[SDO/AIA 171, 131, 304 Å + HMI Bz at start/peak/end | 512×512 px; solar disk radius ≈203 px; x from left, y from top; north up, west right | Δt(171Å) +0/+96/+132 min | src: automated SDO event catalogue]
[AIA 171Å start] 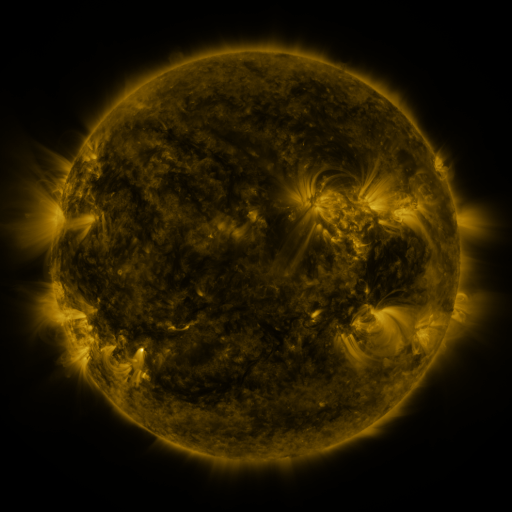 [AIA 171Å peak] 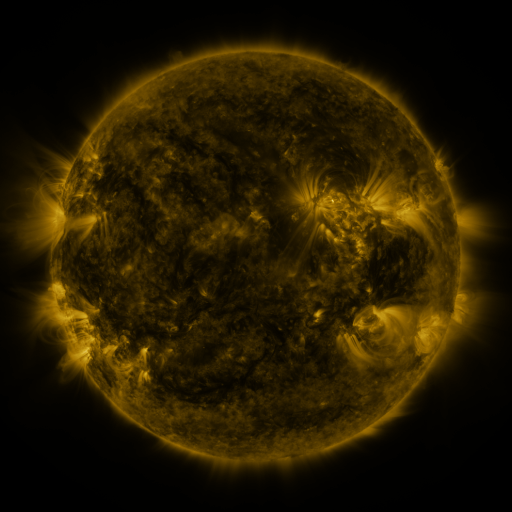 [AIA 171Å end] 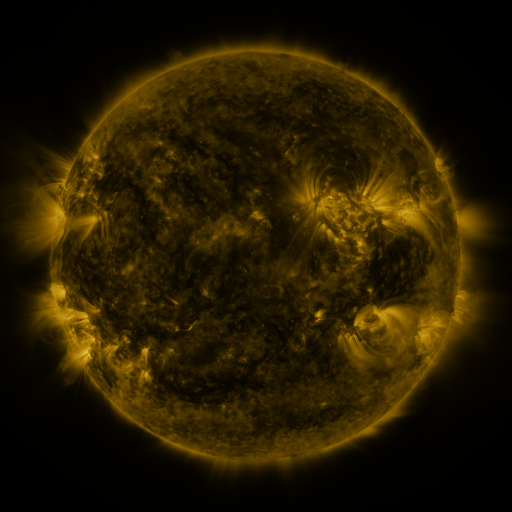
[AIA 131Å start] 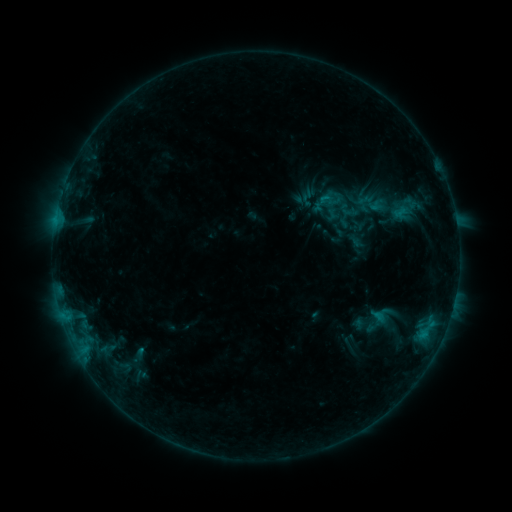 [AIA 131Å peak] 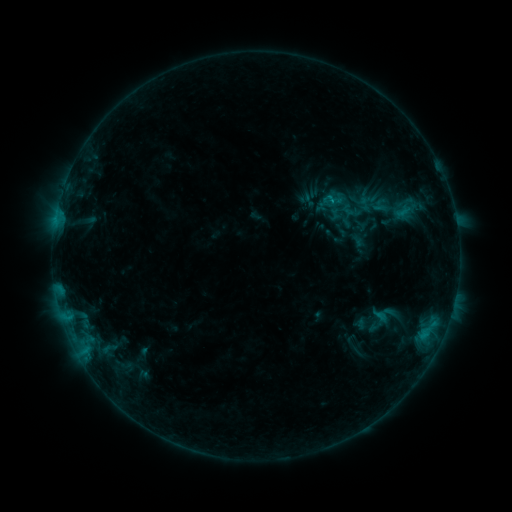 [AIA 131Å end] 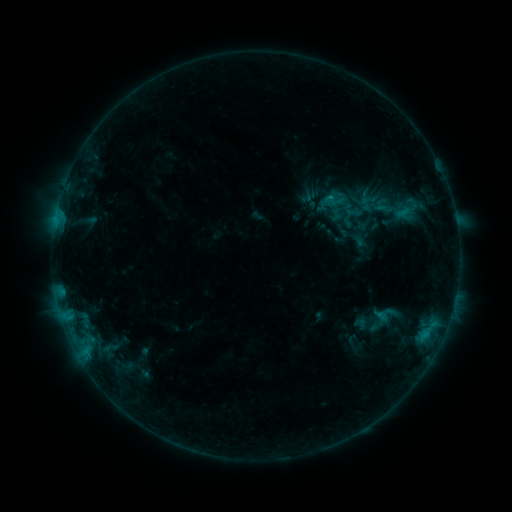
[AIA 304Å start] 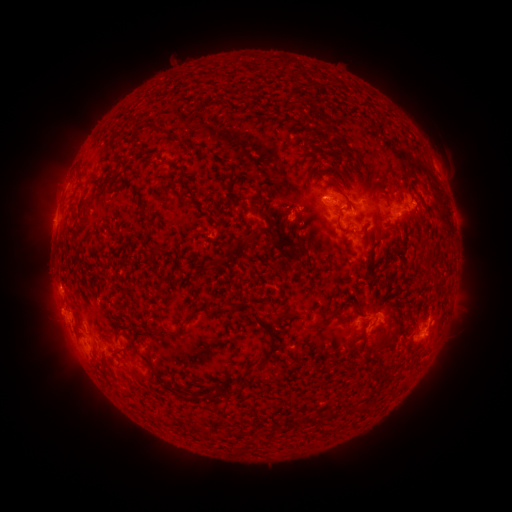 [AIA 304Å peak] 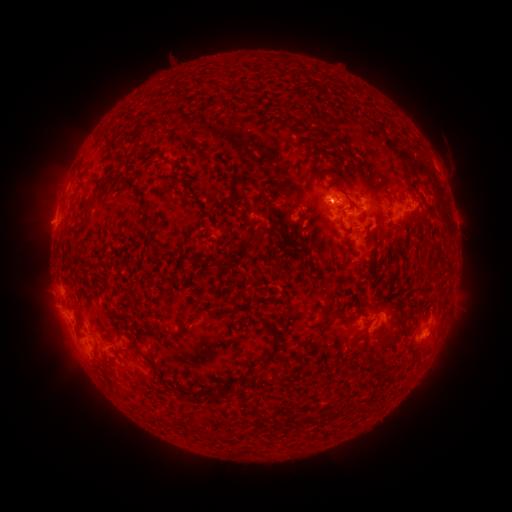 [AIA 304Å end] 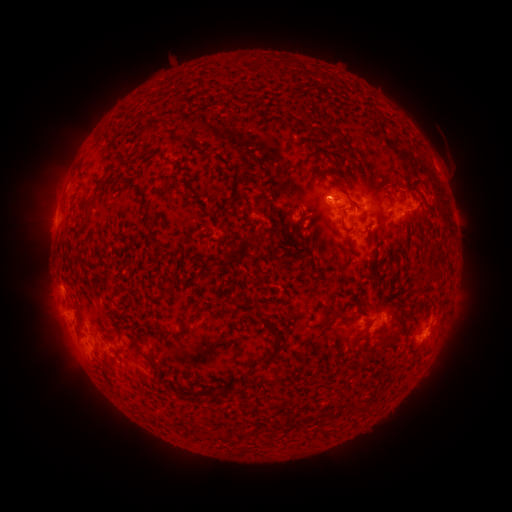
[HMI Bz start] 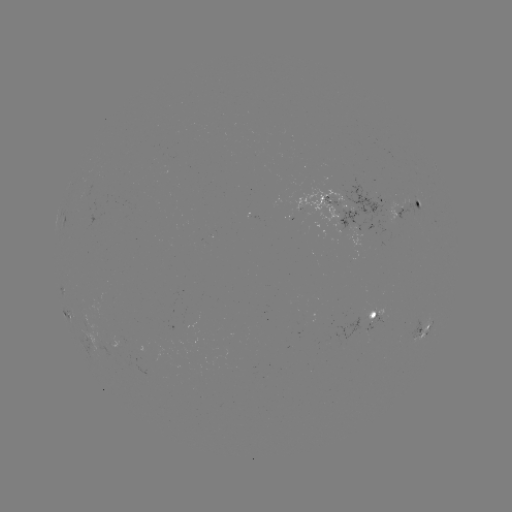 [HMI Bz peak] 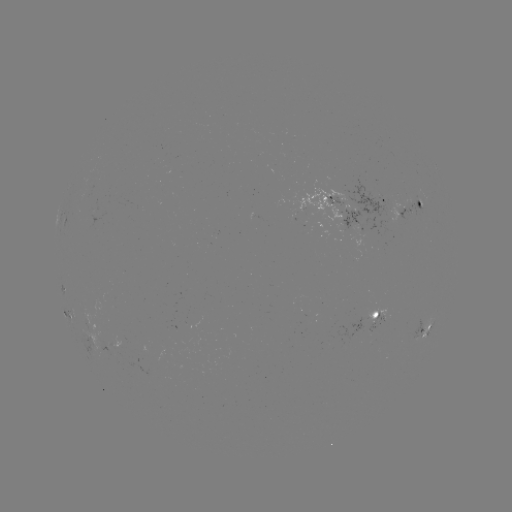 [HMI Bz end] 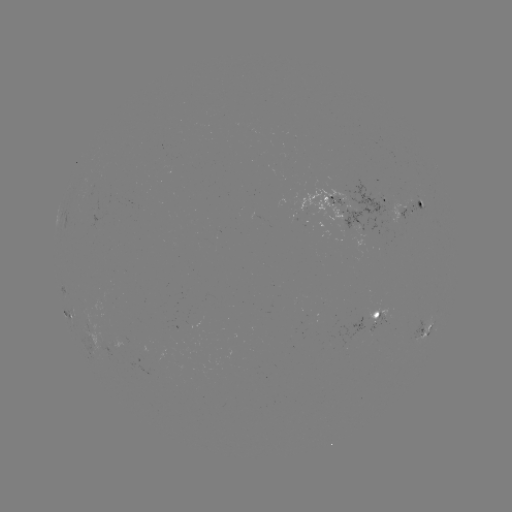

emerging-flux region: [367, 323, 379, 332]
